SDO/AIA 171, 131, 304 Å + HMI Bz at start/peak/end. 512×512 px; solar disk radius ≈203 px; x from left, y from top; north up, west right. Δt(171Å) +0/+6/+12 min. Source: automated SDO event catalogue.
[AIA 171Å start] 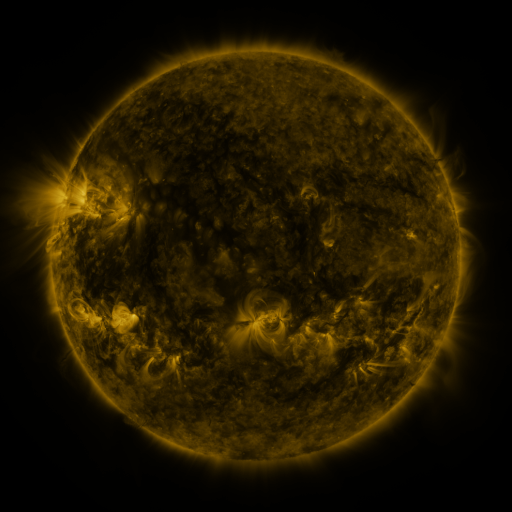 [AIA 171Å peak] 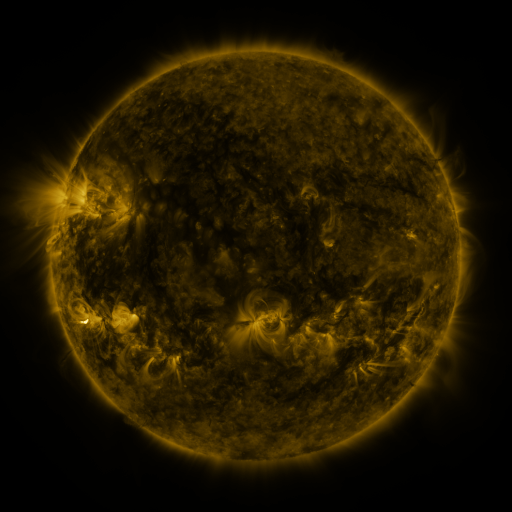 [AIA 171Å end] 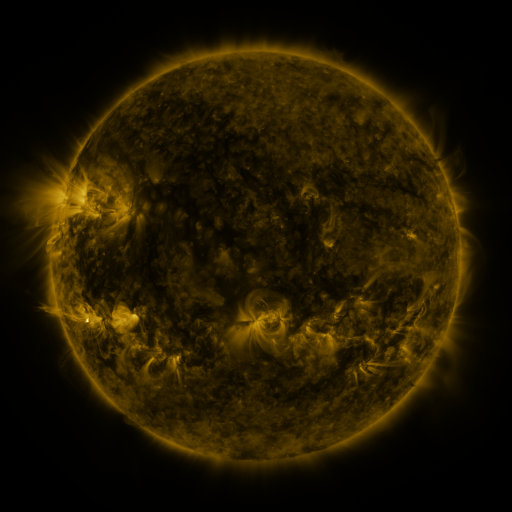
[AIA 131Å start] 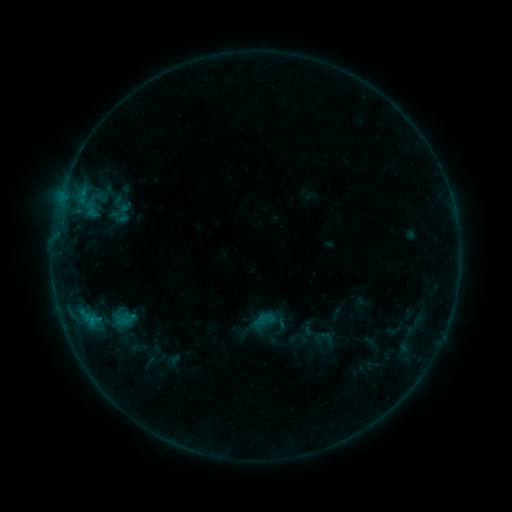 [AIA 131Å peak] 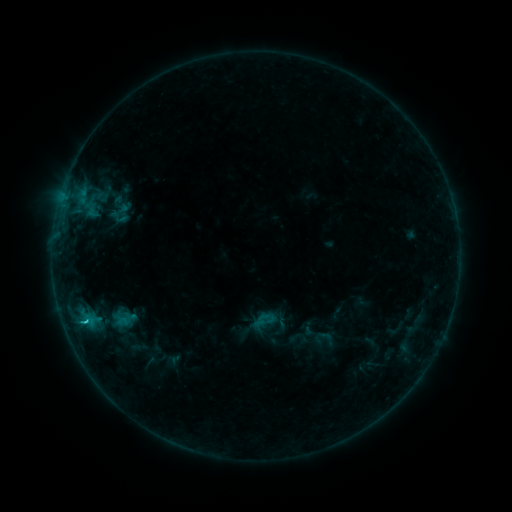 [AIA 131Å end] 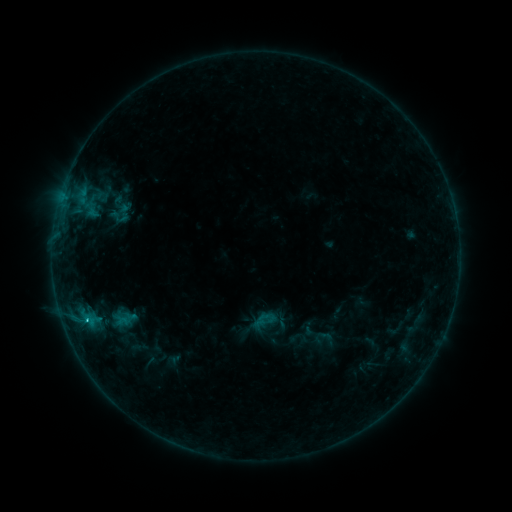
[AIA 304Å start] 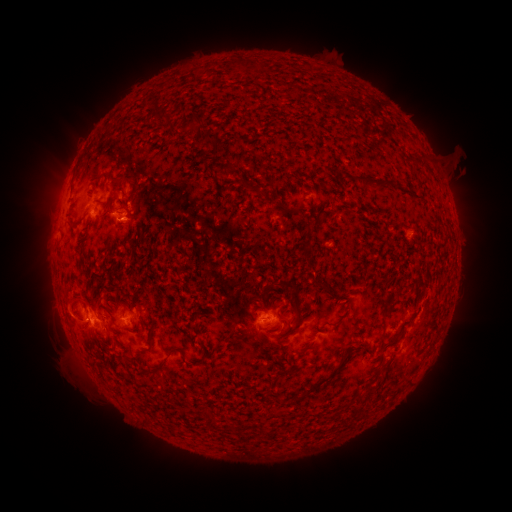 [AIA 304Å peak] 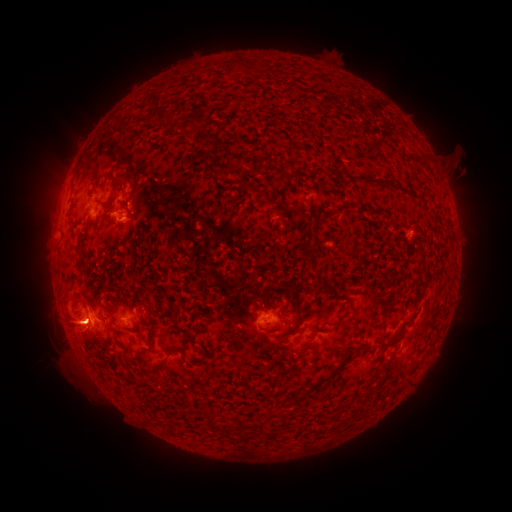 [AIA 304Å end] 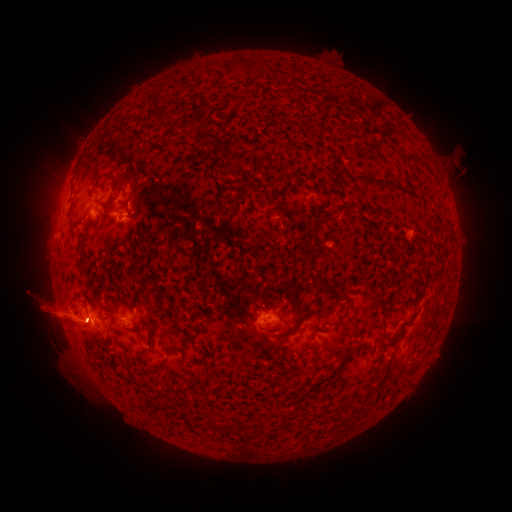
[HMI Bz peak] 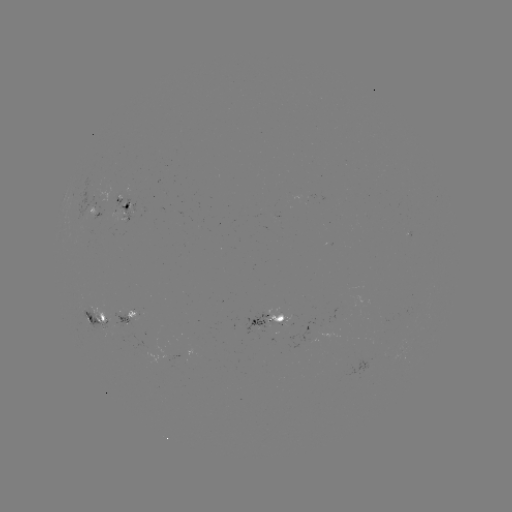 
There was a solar flare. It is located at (85, 319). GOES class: C4.6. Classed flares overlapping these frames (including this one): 1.